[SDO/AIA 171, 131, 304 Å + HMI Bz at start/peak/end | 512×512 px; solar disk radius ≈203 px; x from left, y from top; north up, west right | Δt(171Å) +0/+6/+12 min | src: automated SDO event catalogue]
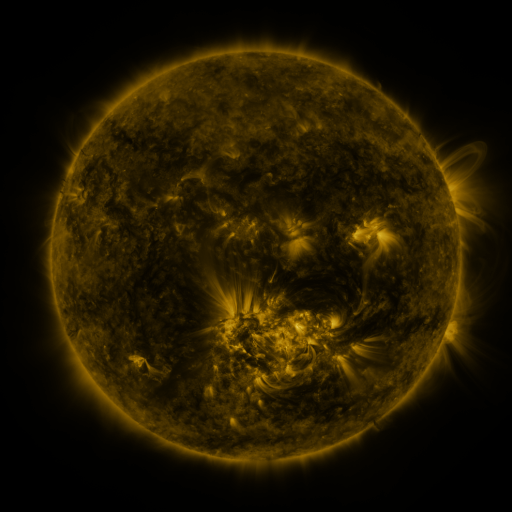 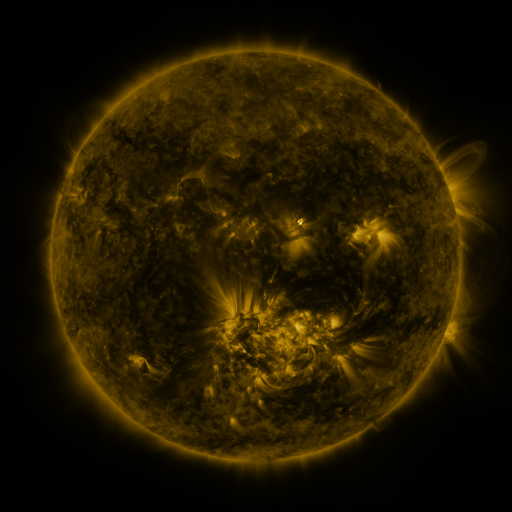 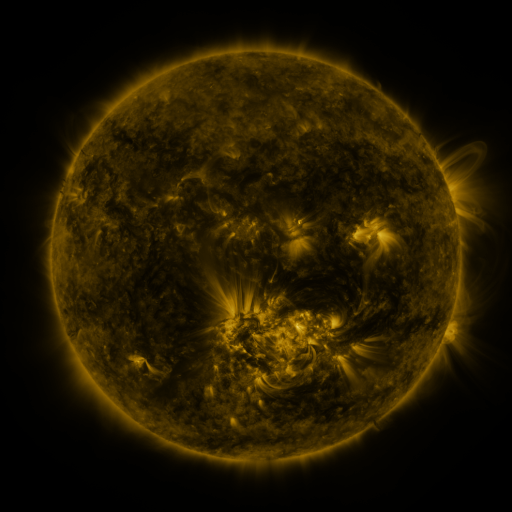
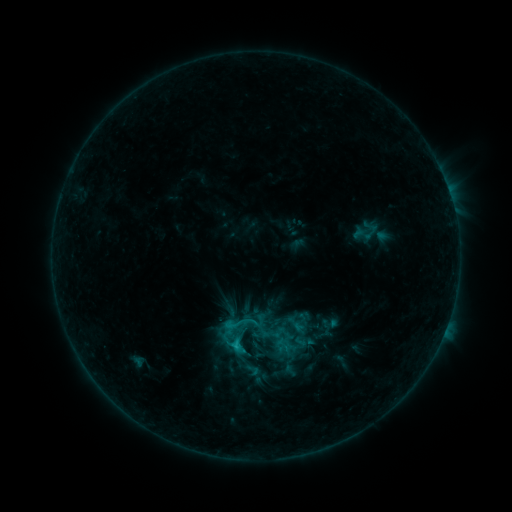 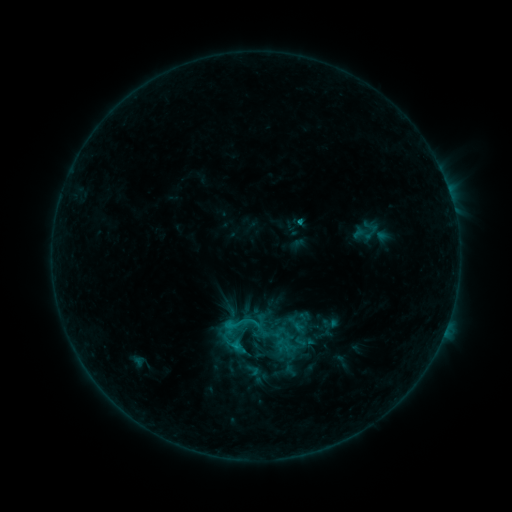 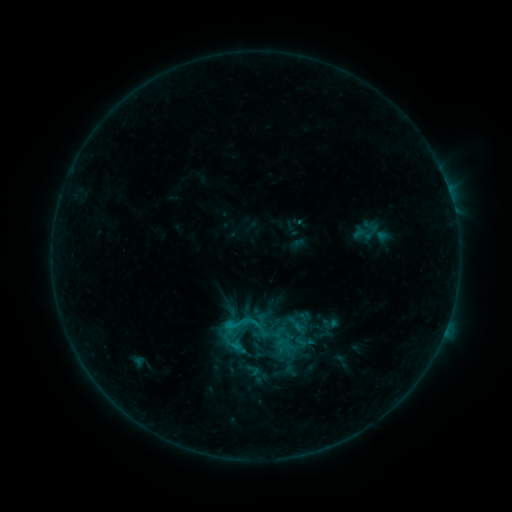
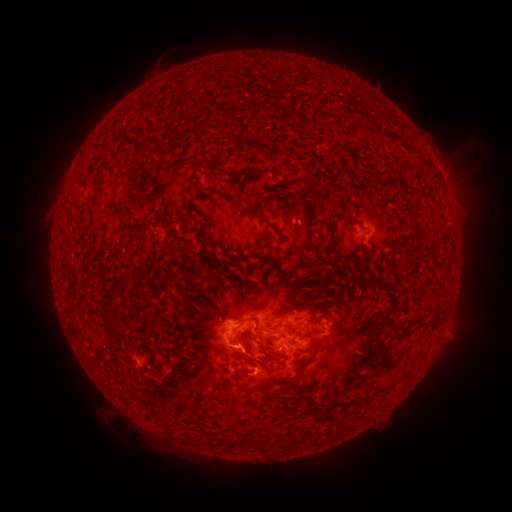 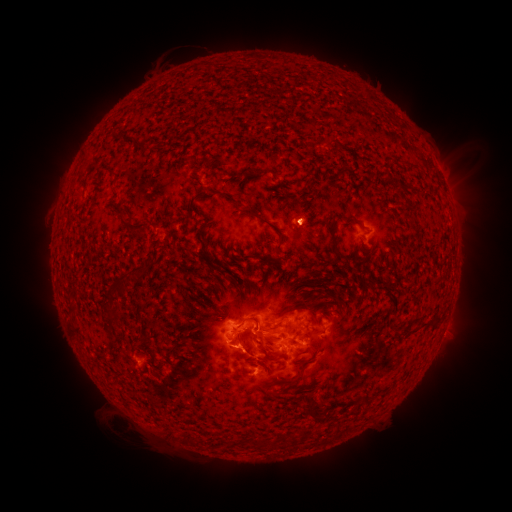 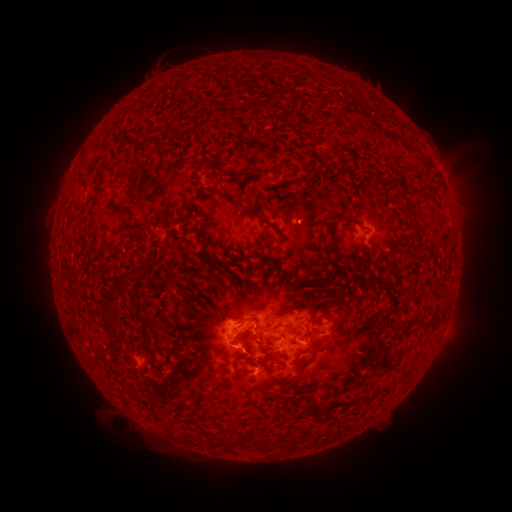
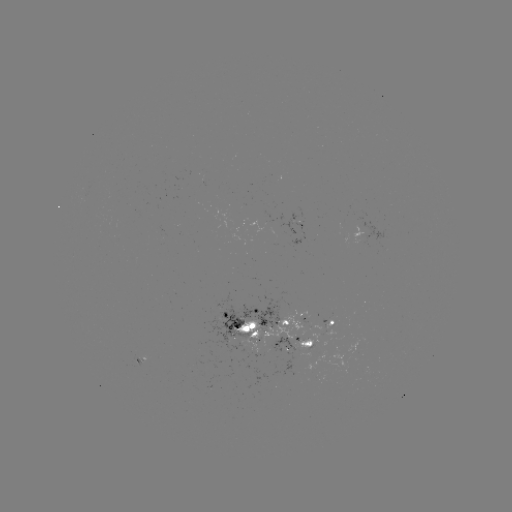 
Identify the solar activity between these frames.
eruption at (307, 214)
